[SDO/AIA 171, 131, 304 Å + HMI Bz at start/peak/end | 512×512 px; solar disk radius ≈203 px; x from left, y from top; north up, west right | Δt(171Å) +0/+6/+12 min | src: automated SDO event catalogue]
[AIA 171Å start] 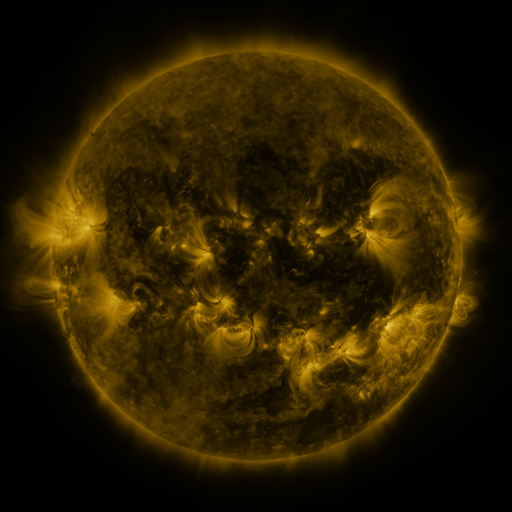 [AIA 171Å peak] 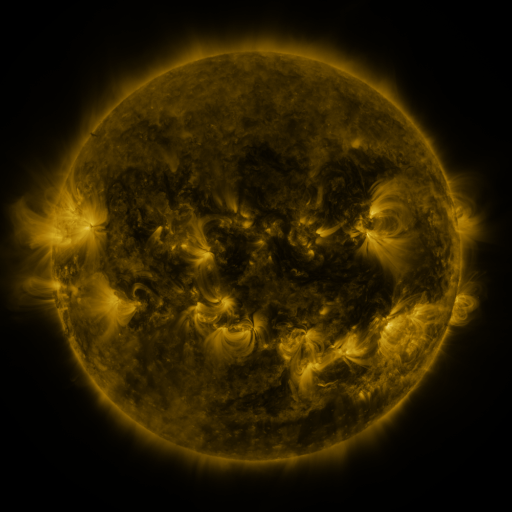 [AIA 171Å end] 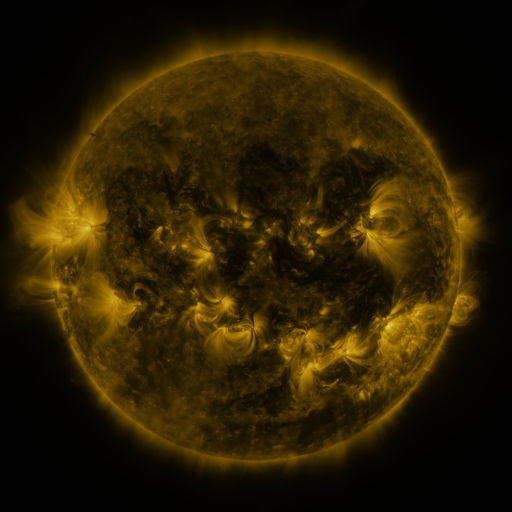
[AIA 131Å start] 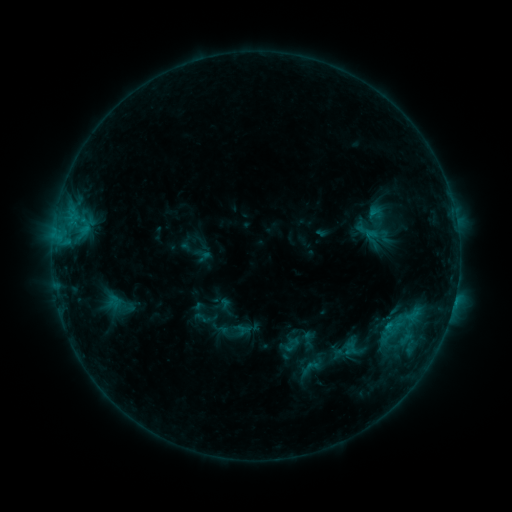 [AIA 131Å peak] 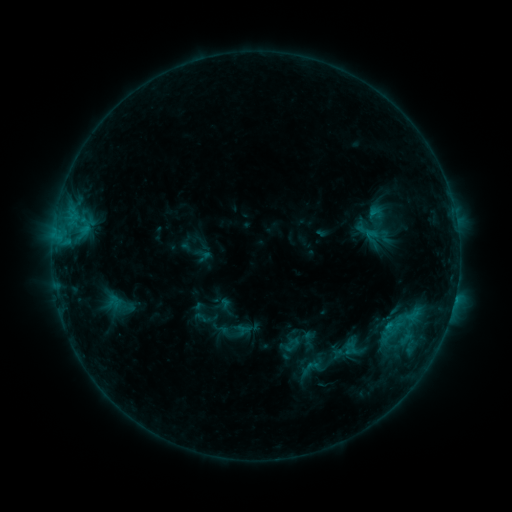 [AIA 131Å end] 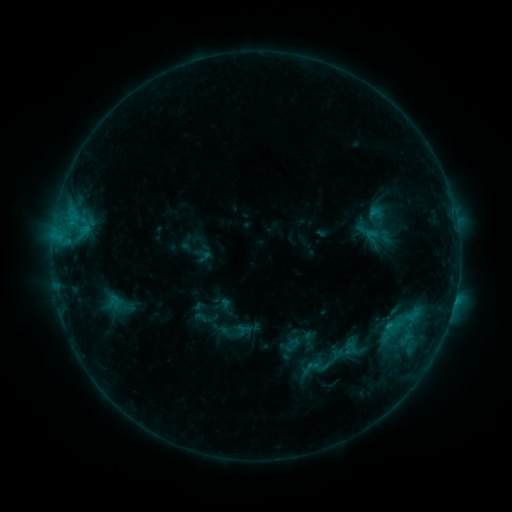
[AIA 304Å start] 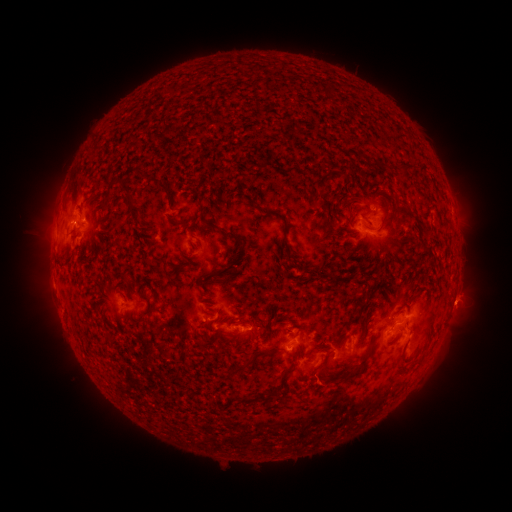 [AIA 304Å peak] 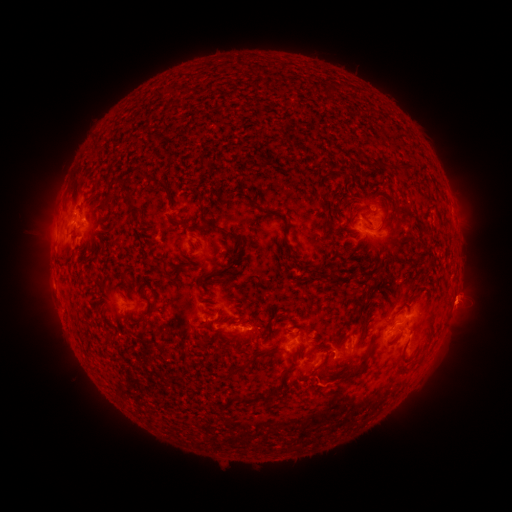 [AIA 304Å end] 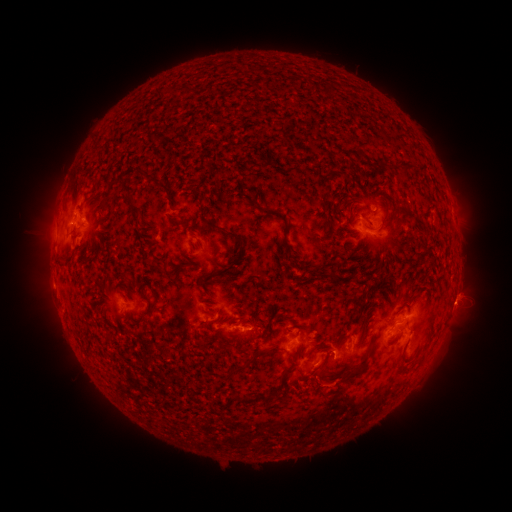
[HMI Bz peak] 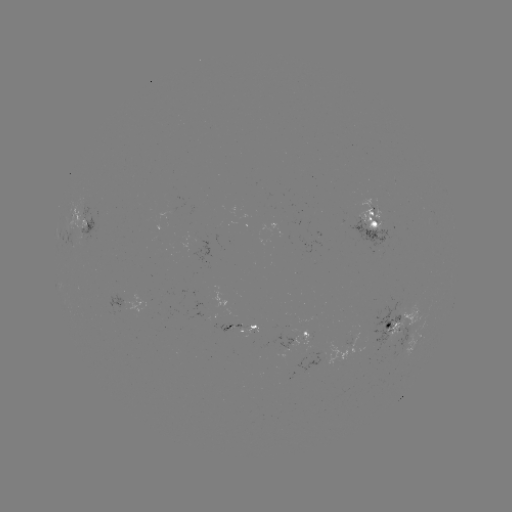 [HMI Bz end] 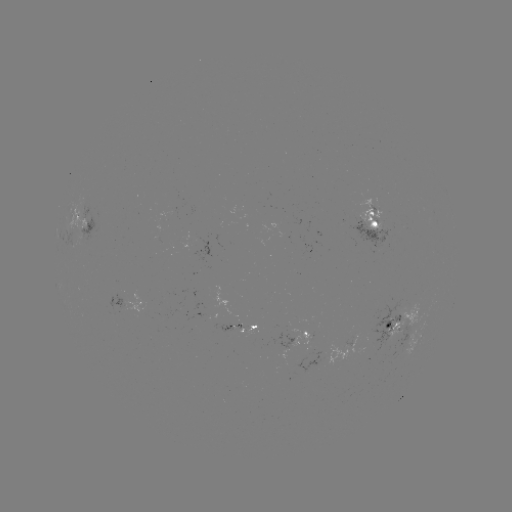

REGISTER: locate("eruption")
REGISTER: [323, 385]